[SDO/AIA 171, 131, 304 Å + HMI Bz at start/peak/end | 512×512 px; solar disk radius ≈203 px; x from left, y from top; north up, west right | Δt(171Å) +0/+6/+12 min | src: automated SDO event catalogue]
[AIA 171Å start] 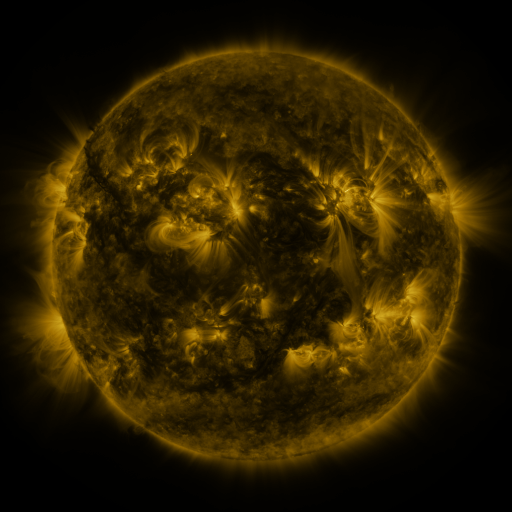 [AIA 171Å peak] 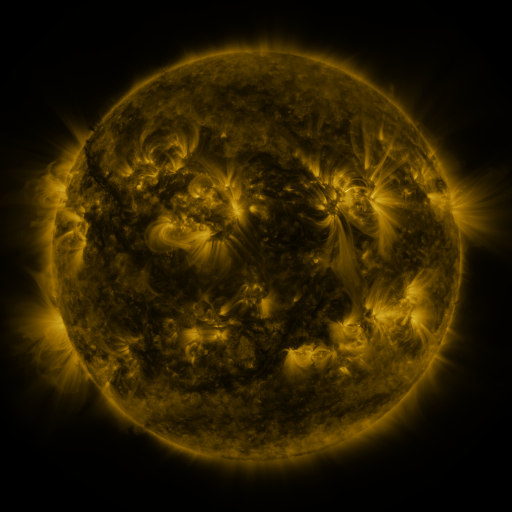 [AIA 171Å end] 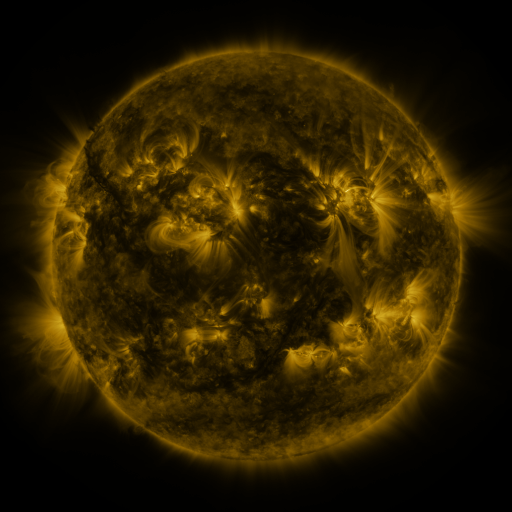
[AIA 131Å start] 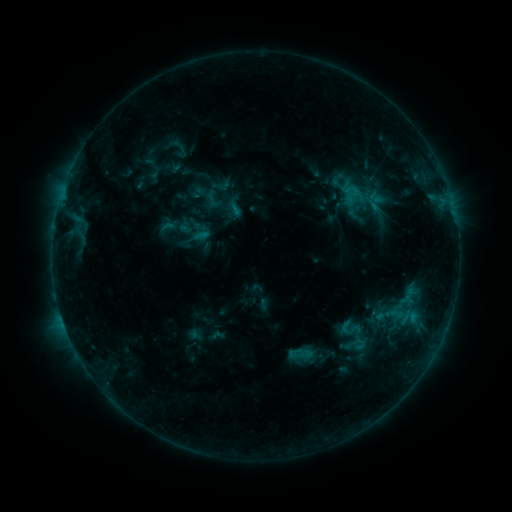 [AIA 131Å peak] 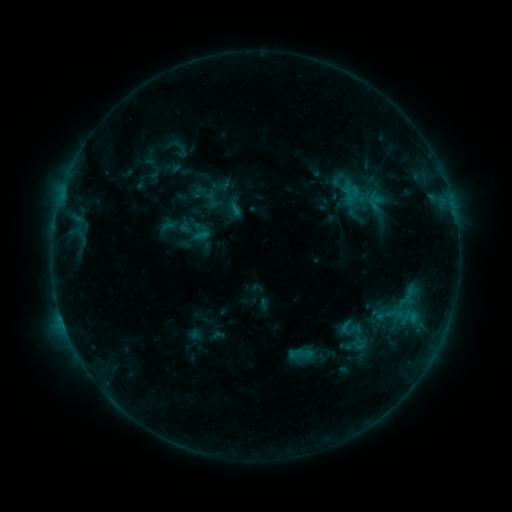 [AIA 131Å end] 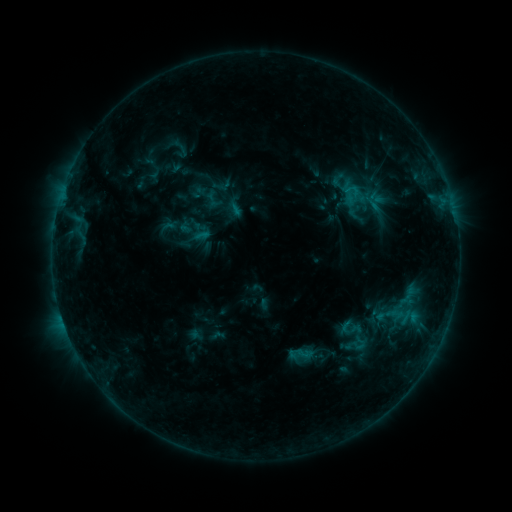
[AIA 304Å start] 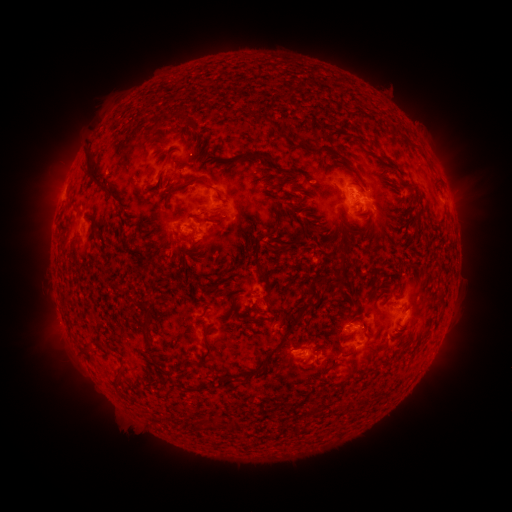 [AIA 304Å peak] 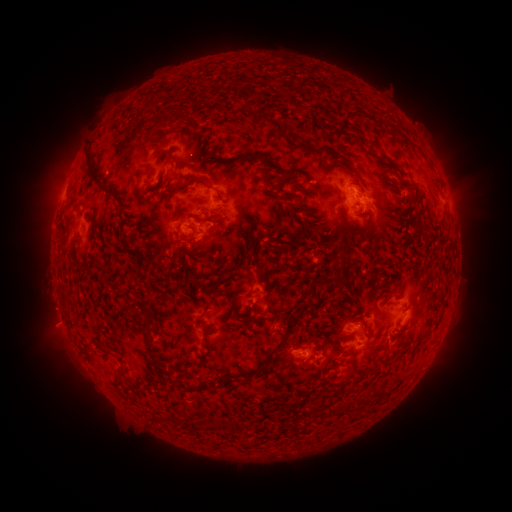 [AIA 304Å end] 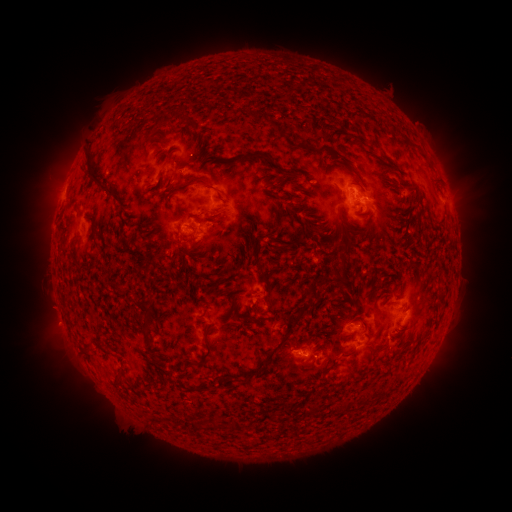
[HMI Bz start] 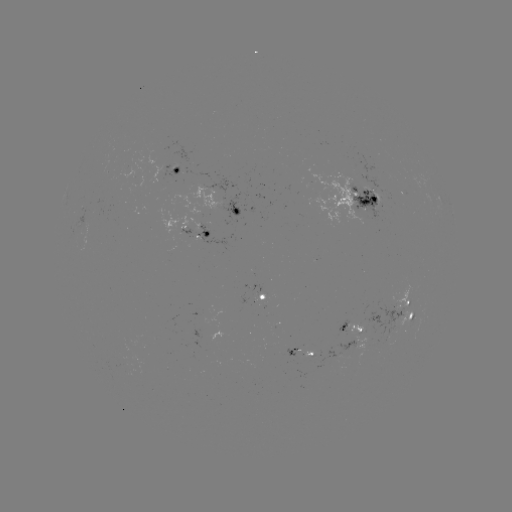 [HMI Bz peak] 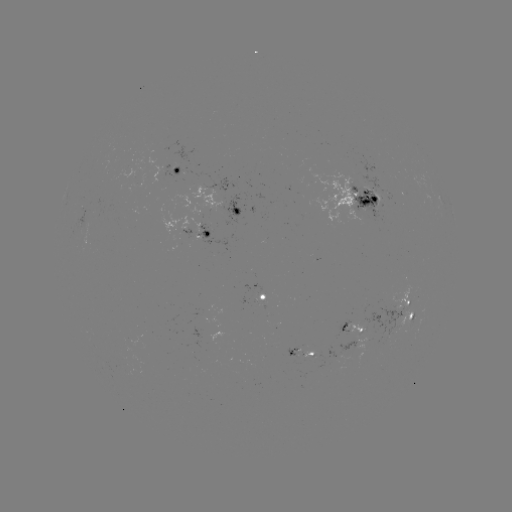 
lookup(eruption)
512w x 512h [55, 326]